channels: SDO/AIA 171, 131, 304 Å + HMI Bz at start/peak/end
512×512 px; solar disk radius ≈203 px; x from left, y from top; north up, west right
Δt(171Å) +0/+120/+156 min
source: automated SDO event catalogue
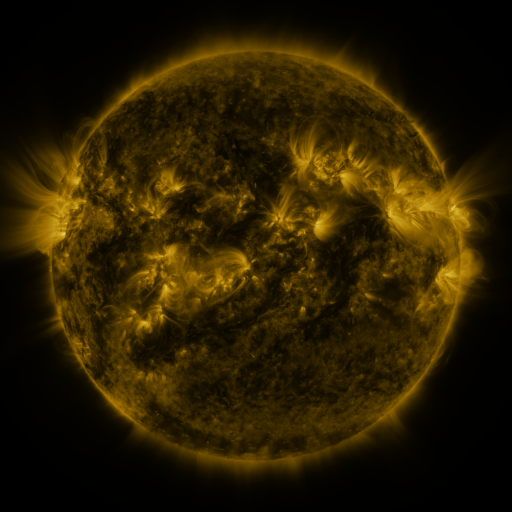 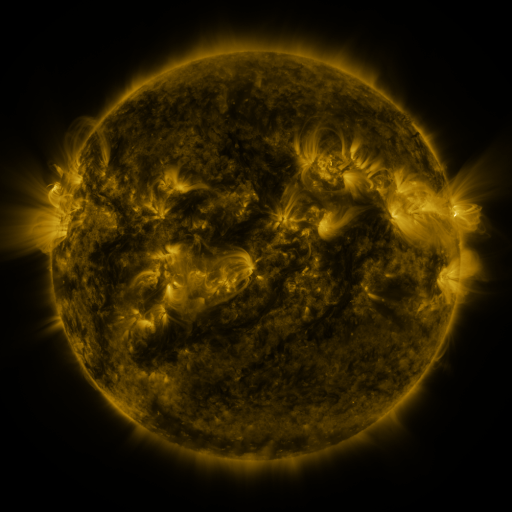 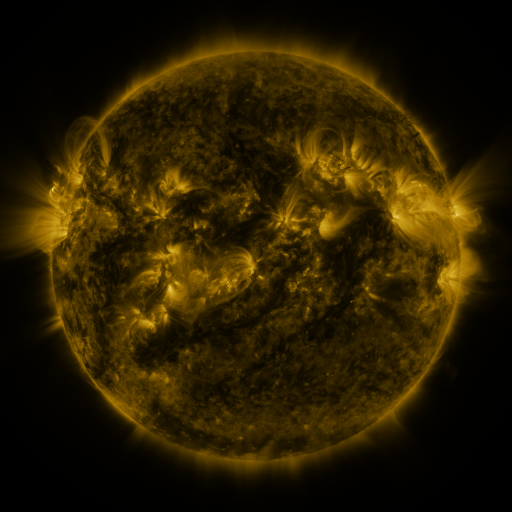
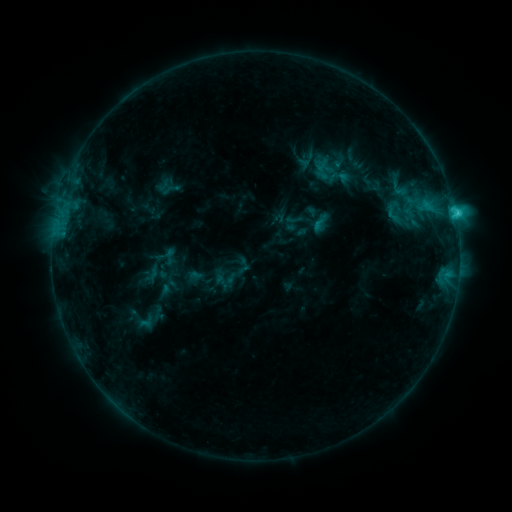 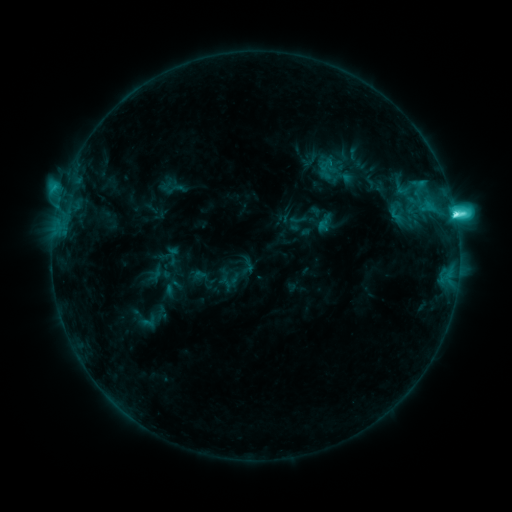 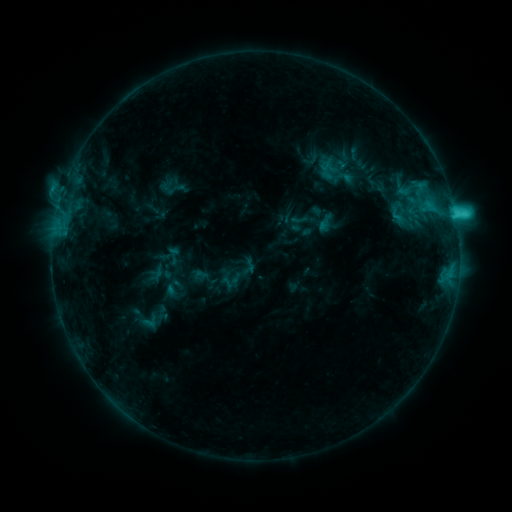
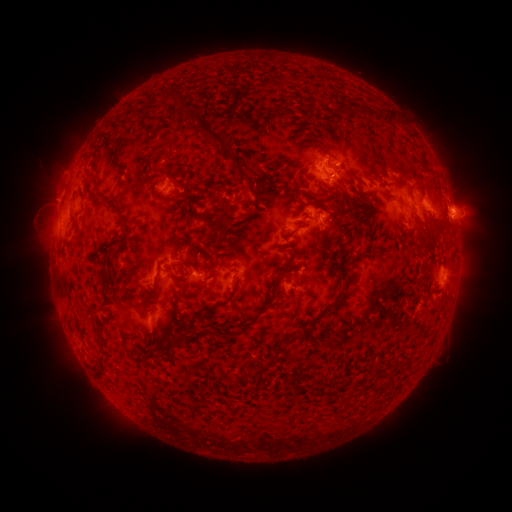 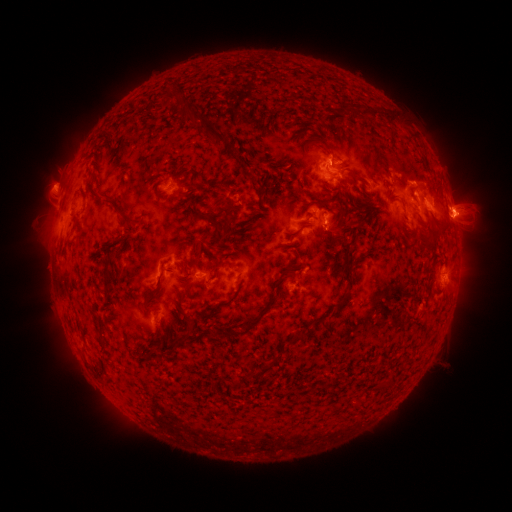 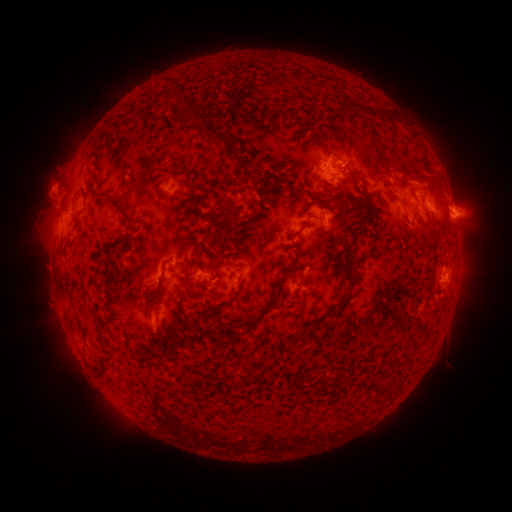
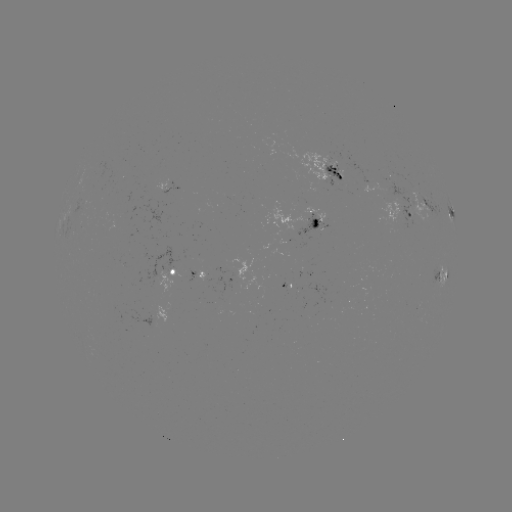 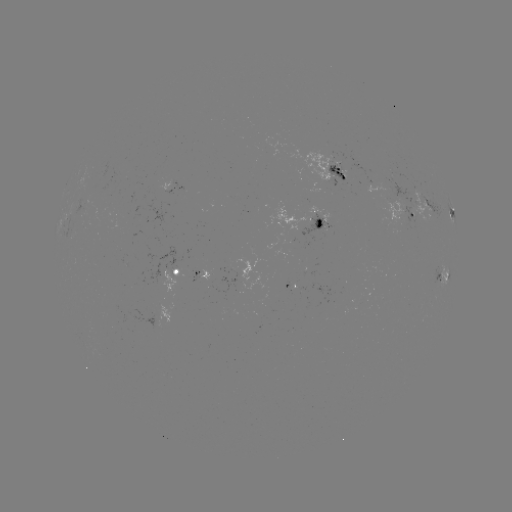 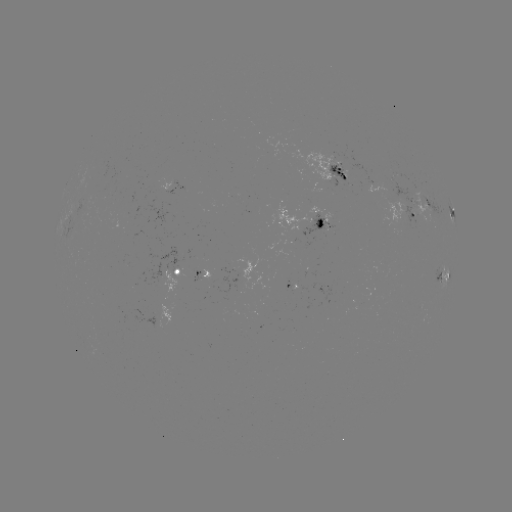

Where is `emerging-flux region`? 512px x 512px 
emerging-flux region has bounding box [383, 179, 420, 231].